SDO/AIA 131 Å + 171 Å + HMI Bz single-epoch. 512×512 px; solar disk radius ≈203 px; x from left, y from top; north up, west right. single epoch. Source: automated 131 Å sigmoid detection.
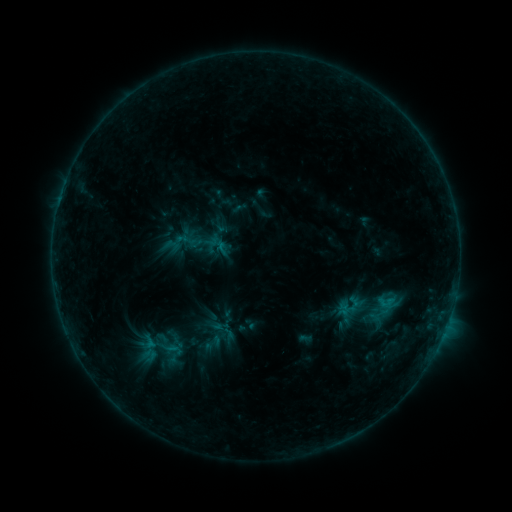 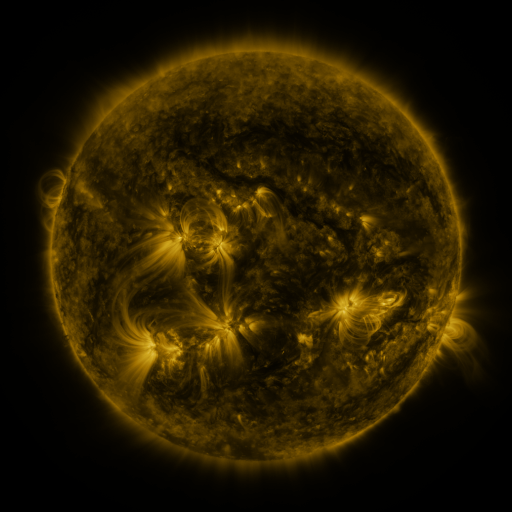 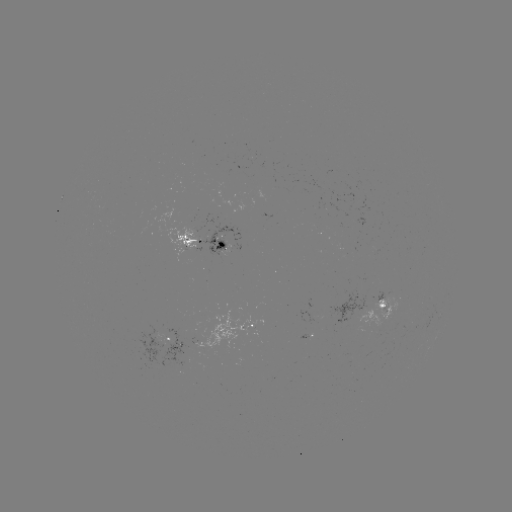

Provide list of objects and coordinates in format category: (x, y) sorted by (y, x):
sigmoid: (203, 242)
sigmoid: (148, 342)
sigmoid: (213, 343)
sigmoid: (171, 349)
